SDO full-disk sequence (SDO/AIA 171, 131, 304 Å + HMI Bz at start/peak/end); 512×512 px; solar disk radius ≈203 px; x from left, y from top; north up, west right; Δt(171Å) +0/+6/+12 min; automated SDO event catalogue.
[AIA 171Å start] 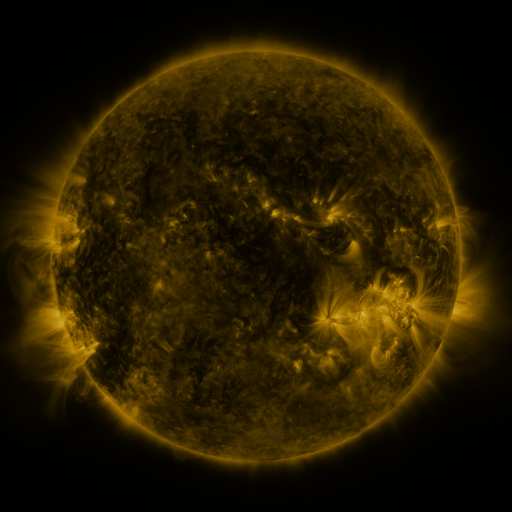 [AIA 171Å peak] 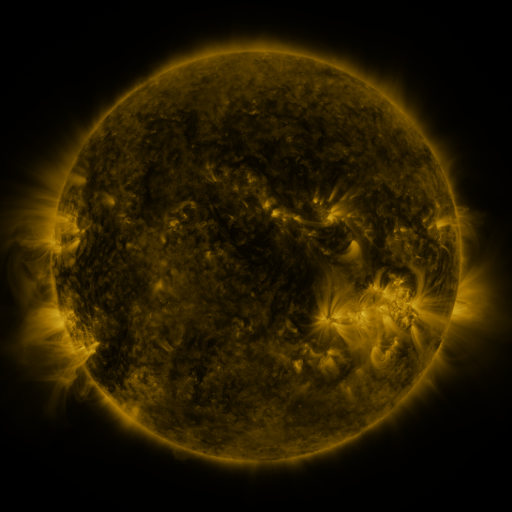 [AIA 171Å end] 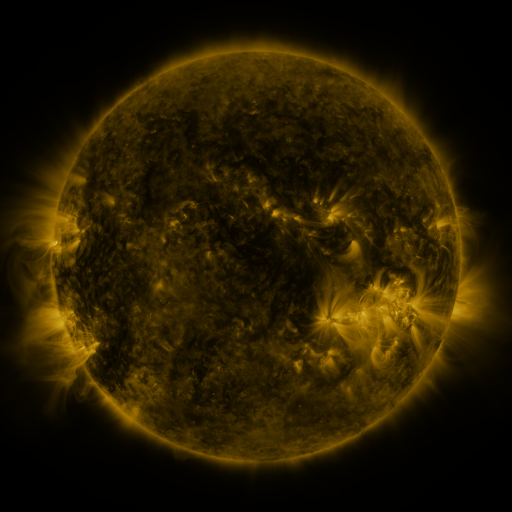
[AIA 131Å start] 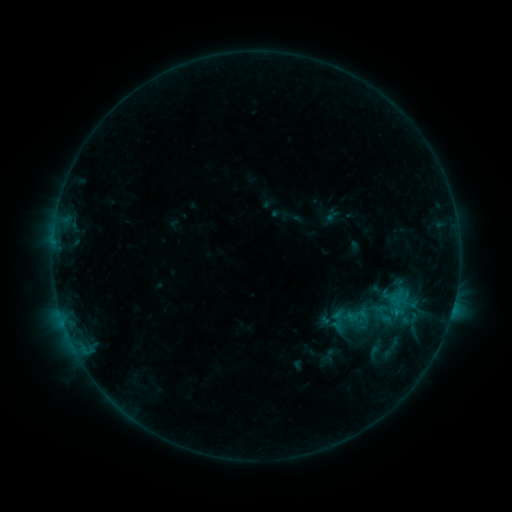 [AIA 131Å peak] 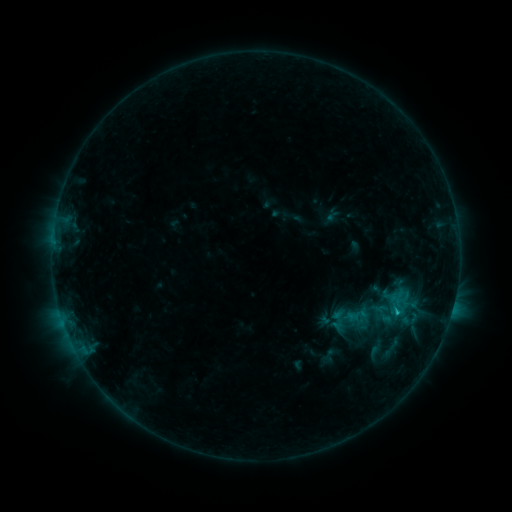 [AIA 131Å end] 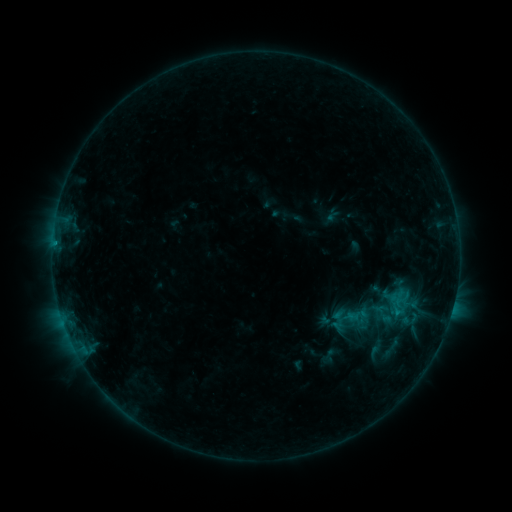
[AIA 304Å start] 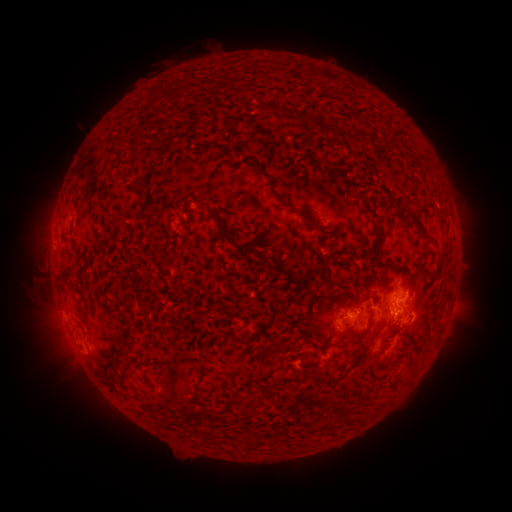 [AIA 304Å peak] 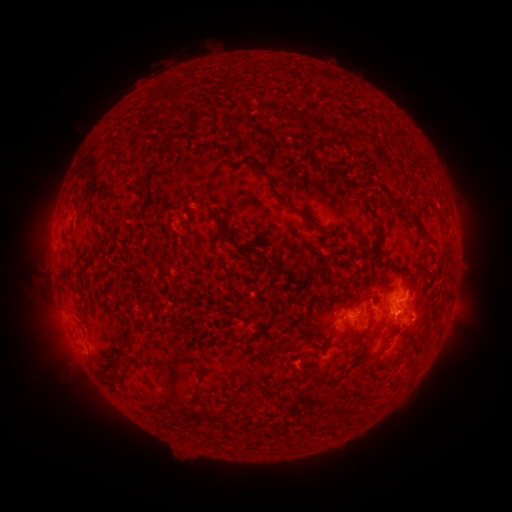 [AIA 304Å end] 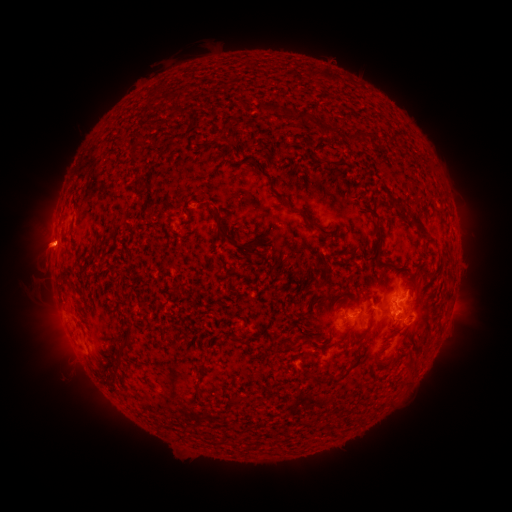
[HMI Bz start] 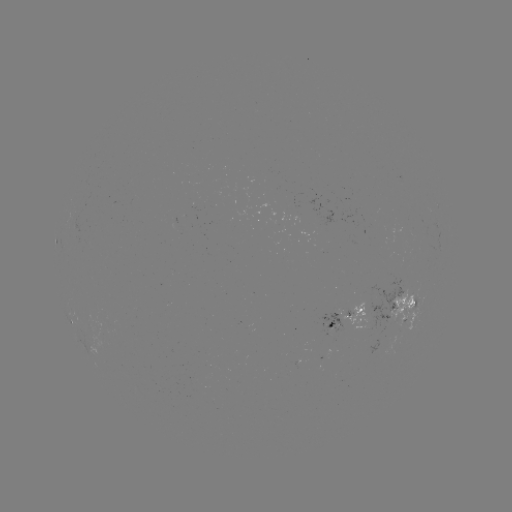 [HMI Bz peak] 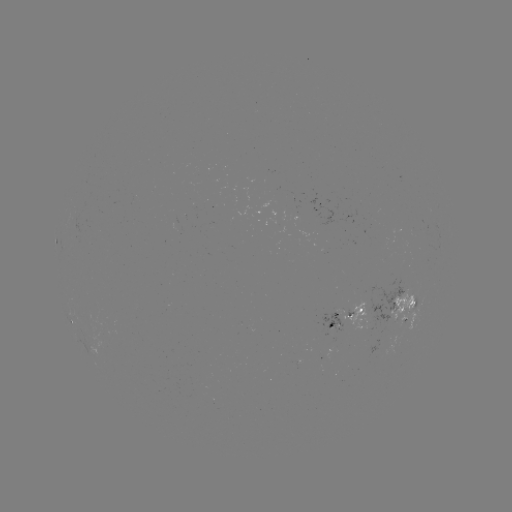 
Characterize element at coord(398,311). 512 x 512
B7.7 flare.